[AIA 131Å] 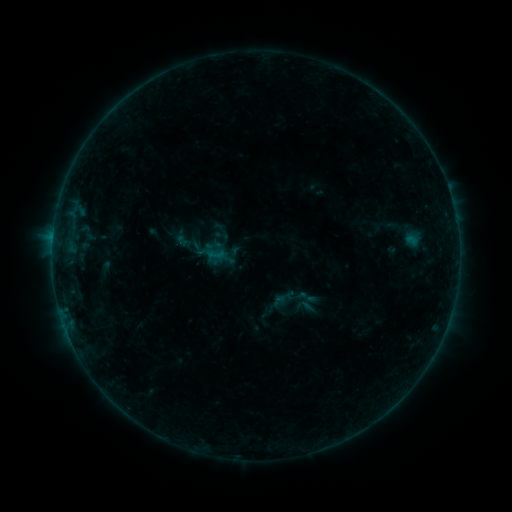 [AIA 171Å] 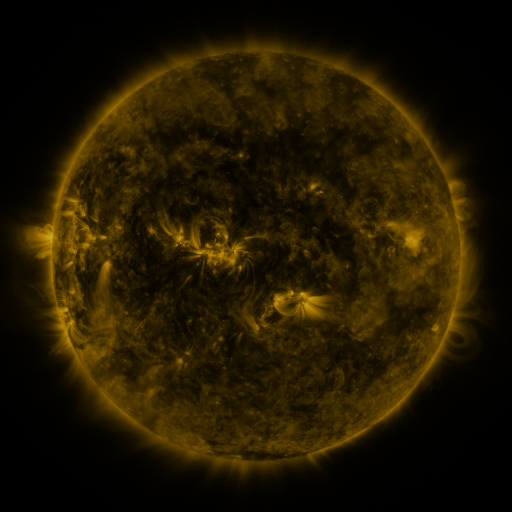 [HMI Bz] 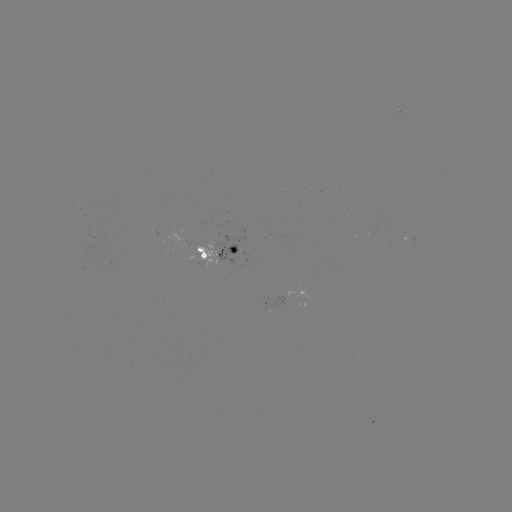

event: sigmoid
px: (305, 306)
